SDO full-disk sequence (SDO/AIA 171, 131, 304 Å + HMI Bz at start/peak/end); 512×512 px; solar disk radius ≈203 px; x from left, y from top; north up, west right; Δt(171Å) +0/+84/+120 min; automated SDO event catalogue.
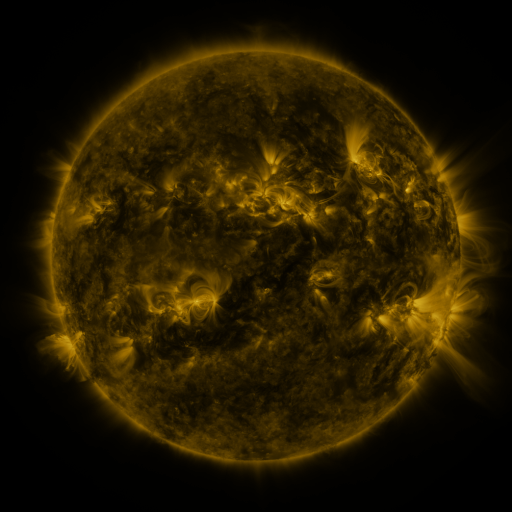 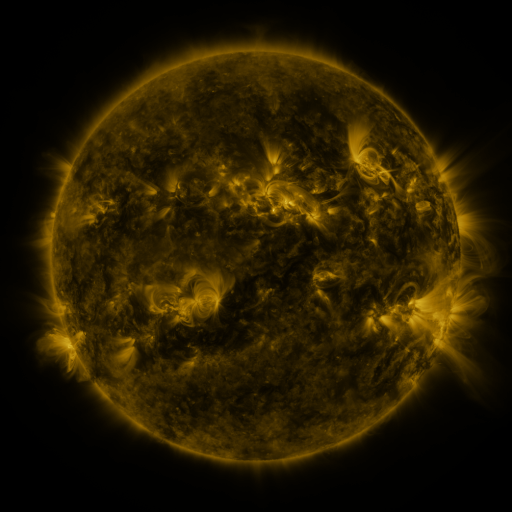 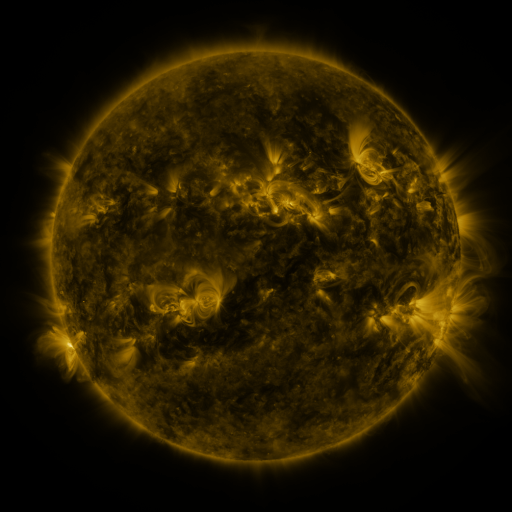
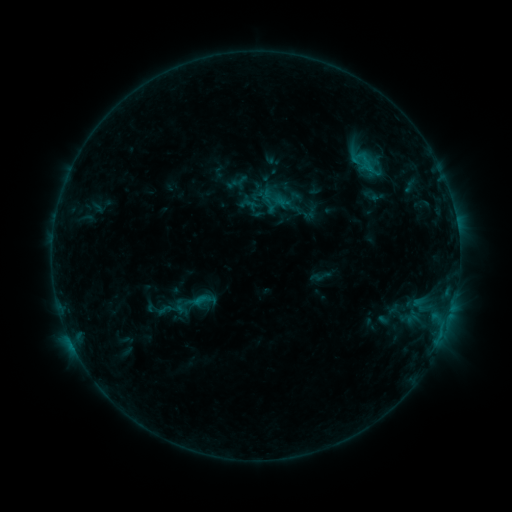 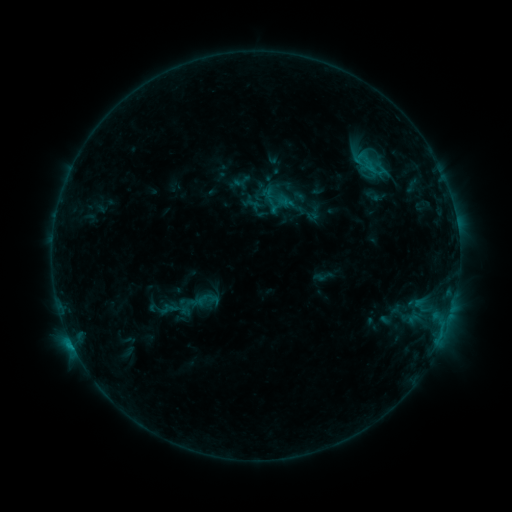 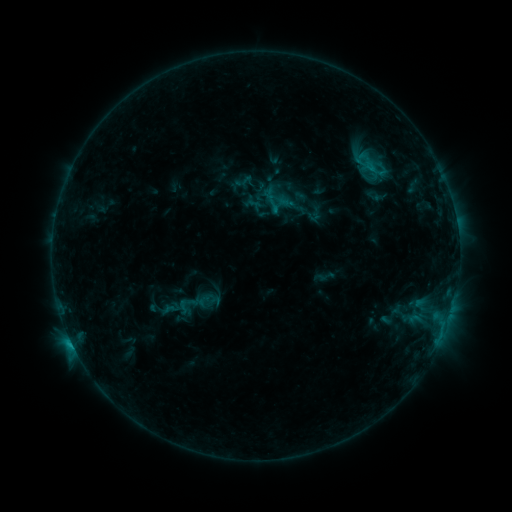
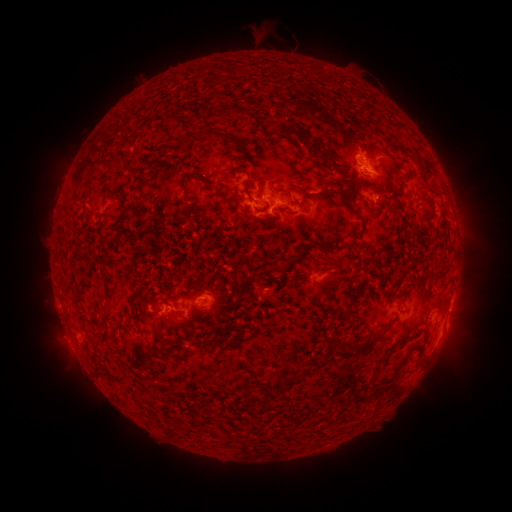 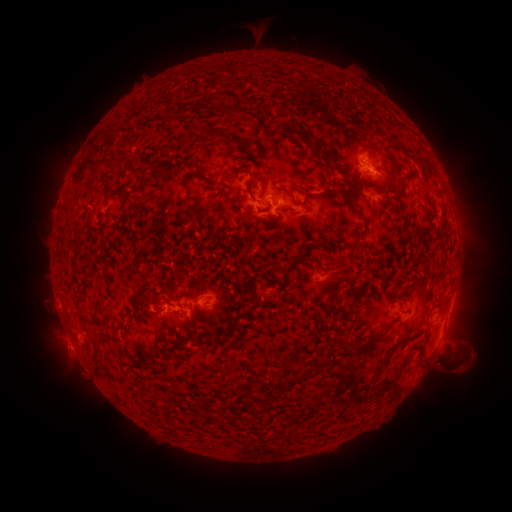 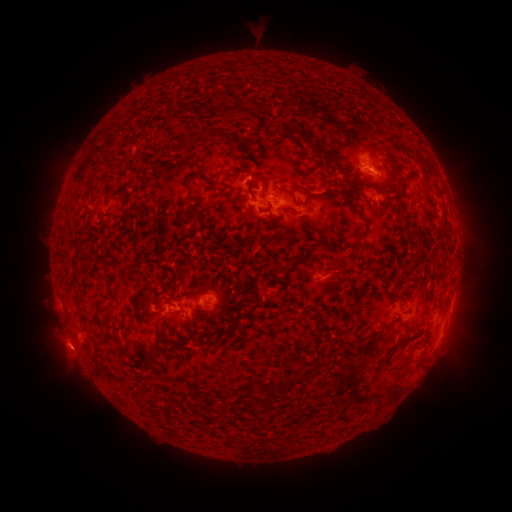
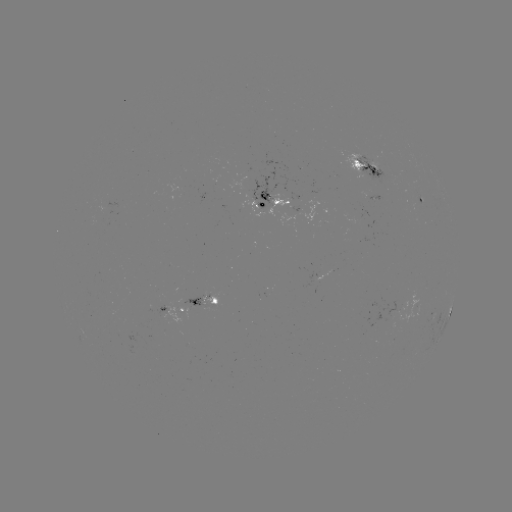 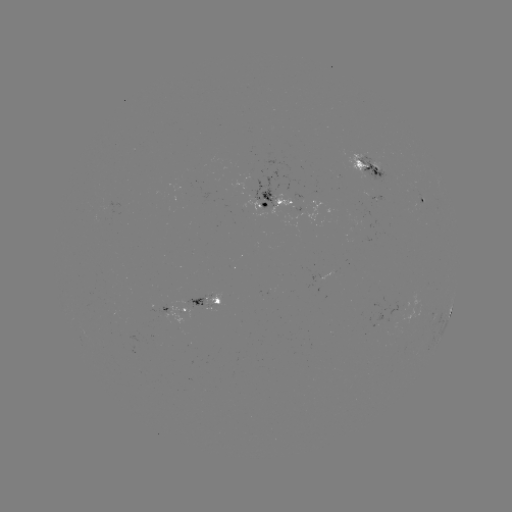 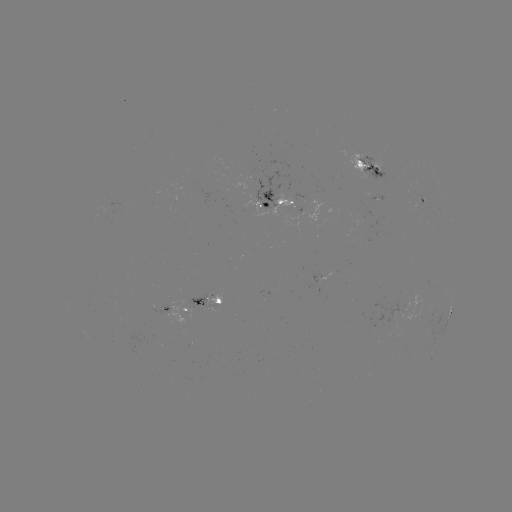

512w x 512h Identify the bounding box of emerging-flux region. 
[179, 296, 205, 308].